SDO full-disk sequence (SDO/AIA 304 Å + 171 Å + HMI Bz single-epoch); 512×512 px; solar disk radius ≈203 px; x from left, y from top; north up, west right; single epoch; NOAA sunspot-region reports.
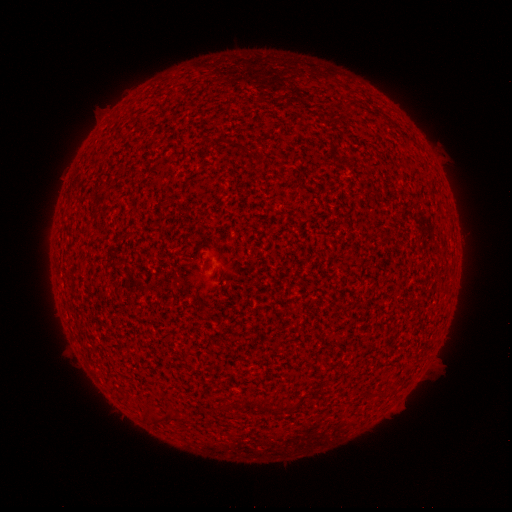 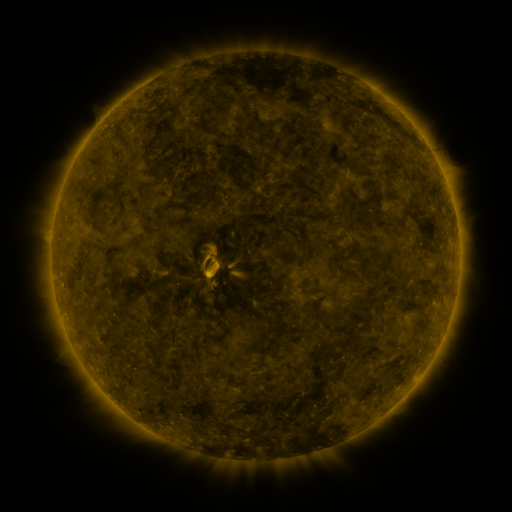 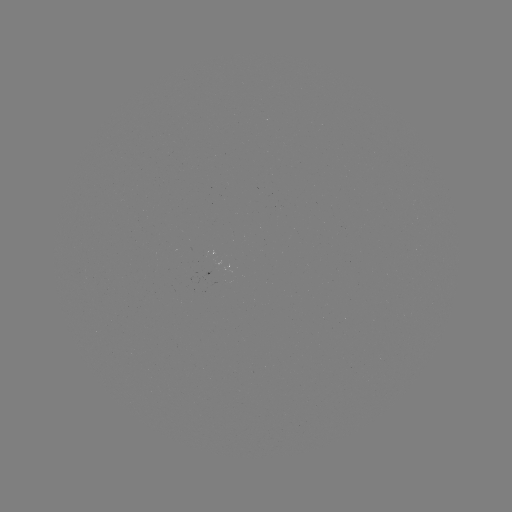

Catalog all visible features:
(none)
